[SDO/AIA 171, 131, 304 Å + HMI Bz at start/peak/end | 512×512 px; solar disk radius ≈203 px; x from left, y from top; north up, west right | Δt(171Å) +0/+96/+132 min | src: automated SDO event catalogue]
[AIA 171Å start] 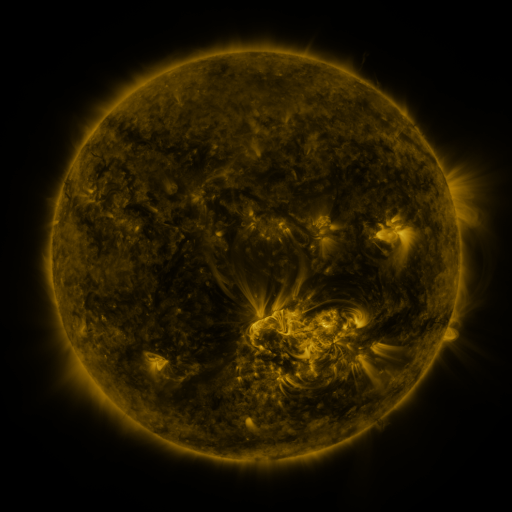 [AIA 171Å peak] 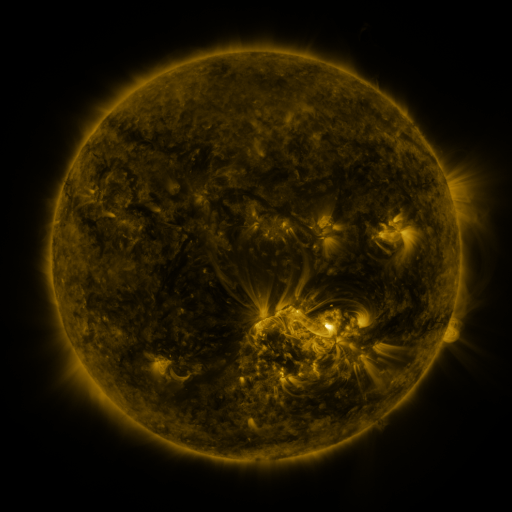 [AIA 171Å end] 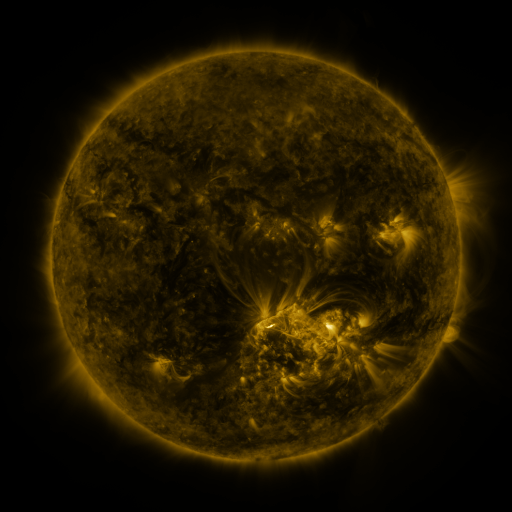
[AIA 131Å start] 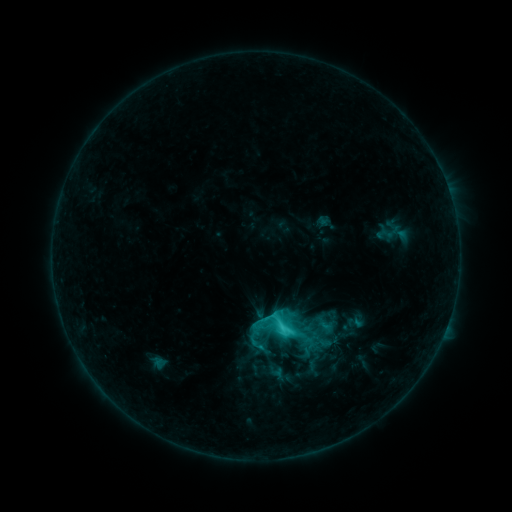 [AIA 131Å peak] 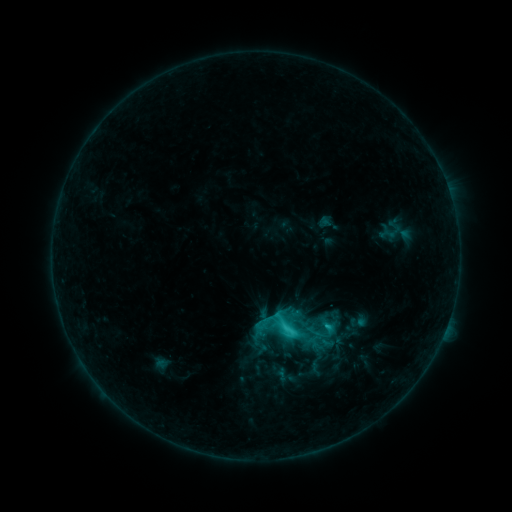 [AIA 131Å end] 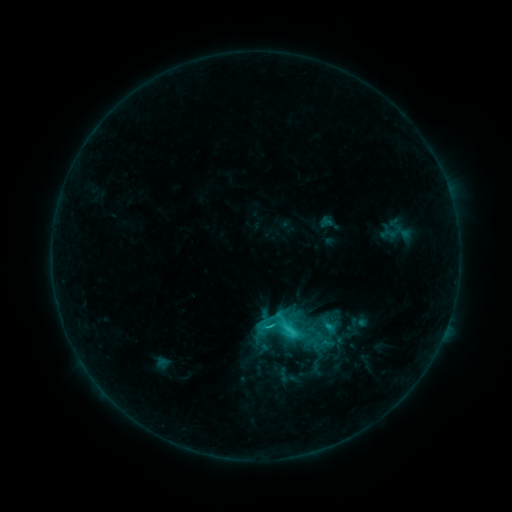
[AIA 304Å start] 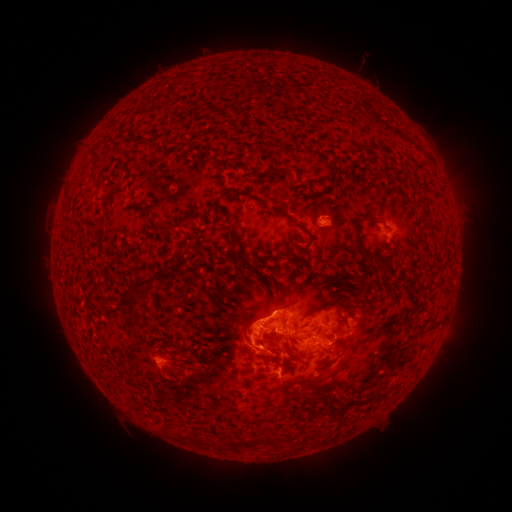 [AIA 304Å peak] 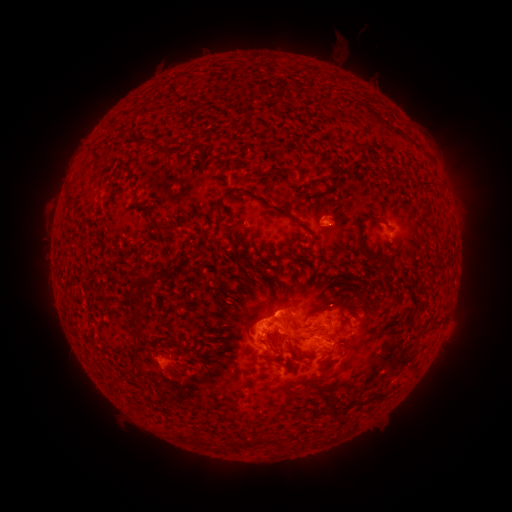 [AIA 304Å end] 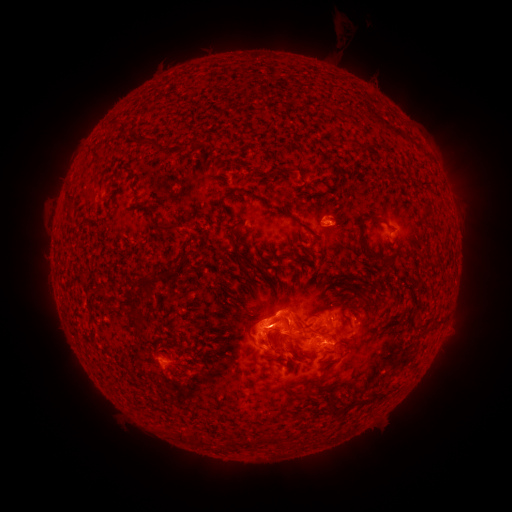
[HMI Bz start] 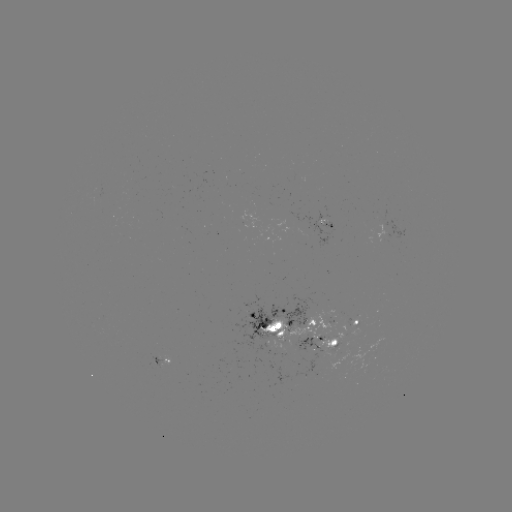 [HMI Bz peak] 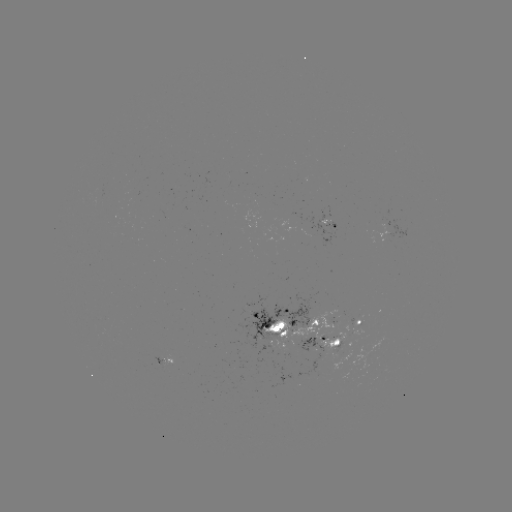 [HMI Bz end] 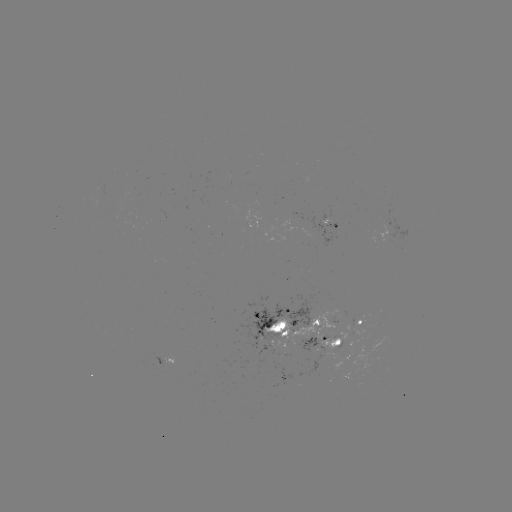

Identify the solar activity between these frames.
emerging-flux region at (248, 219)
